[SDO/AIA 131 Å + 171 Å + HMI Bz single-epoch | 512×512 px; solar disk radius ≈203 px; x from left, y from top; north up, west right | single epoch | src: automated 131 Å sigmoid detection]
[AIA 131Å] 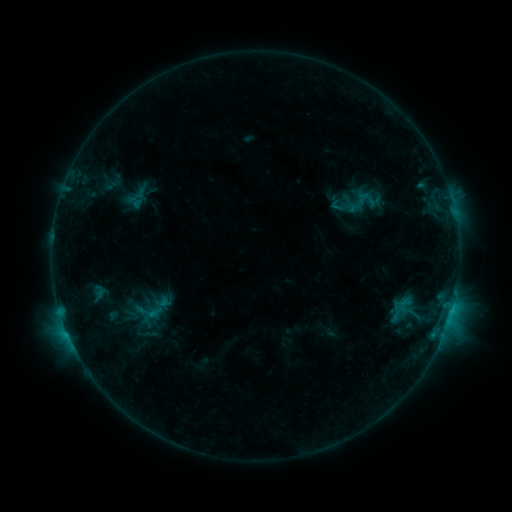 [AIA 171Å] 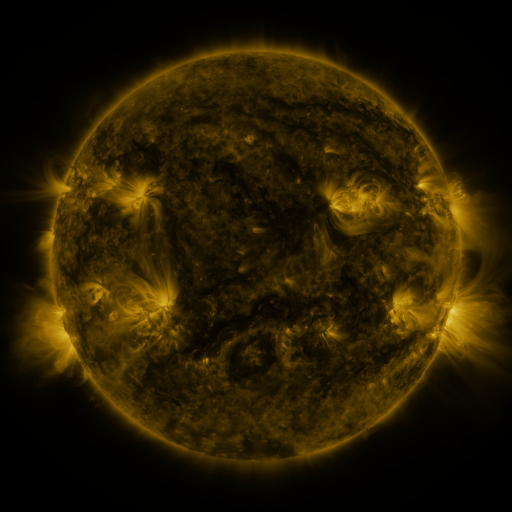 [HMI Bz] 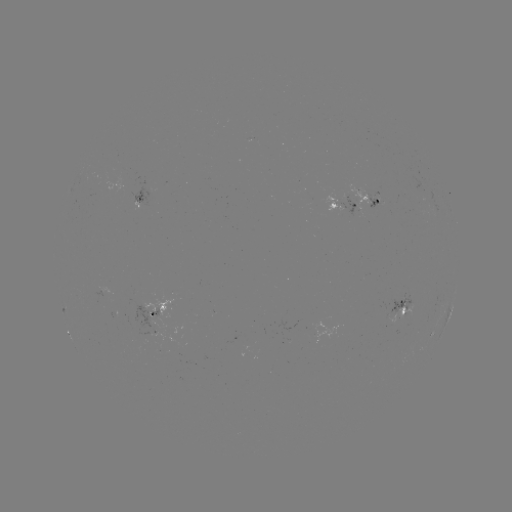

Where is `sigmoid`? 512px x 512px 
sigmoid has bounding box [129, 298, 167, 325].